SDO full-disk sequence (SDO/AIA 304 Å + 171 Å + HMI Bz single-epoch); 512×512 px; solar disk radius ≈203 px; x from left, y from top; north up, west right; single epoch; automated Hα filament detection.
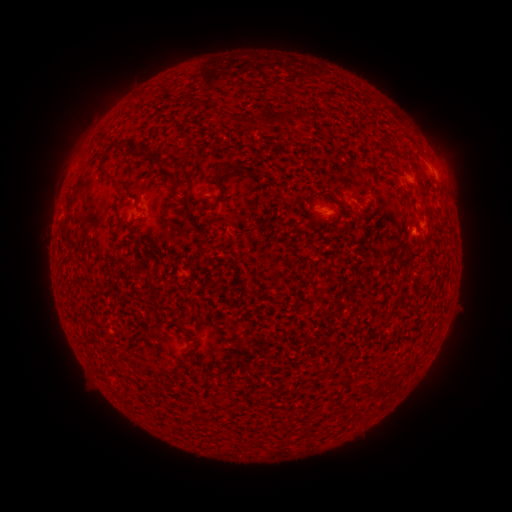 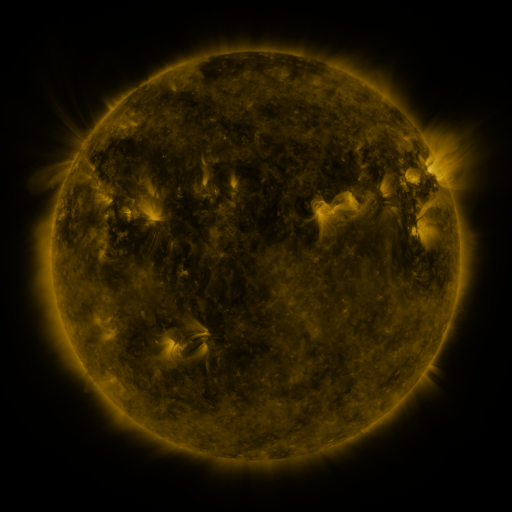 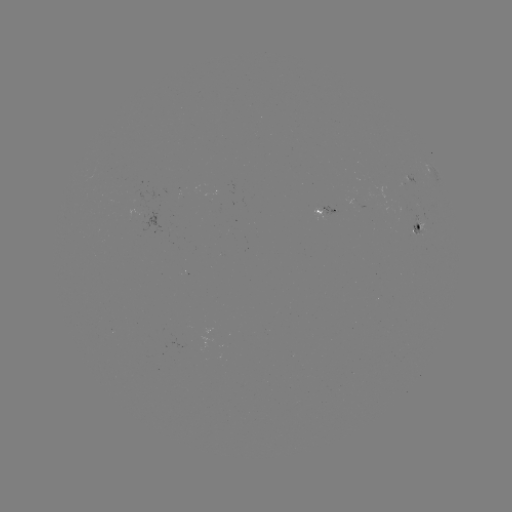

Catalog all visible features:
filament: (144, 96)
filament: (259, 124)
filament: (121, 145)
filament: (149, 155)
filament: (409, 161)
filament: (157, 162)
filament: (219, 172)
filament: (109, 175)
filament: (174, 181)
filament: (403, 195)
filament: (69, 208)
filament: (189, 216)
filament: (408, 256)
filament: (189, 335)
filament: (257, 442)
